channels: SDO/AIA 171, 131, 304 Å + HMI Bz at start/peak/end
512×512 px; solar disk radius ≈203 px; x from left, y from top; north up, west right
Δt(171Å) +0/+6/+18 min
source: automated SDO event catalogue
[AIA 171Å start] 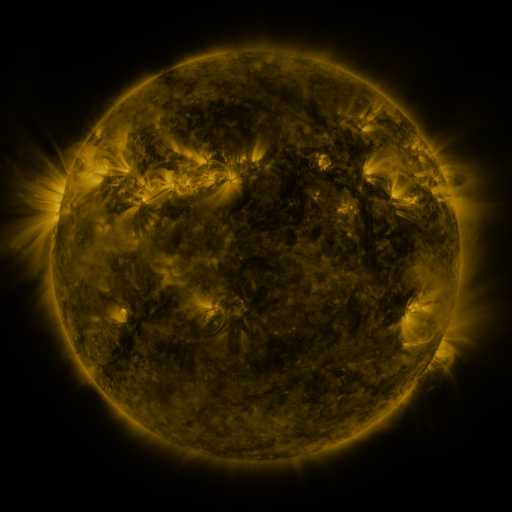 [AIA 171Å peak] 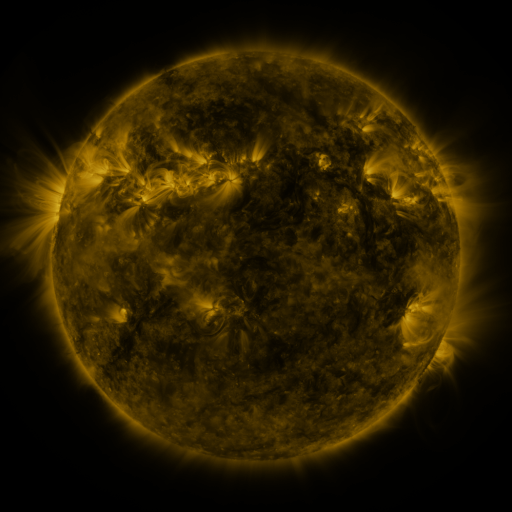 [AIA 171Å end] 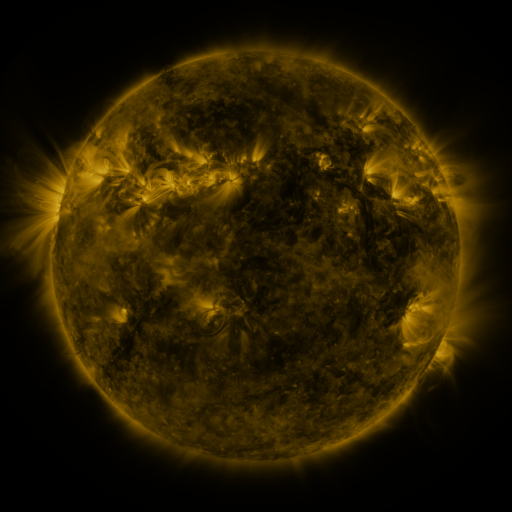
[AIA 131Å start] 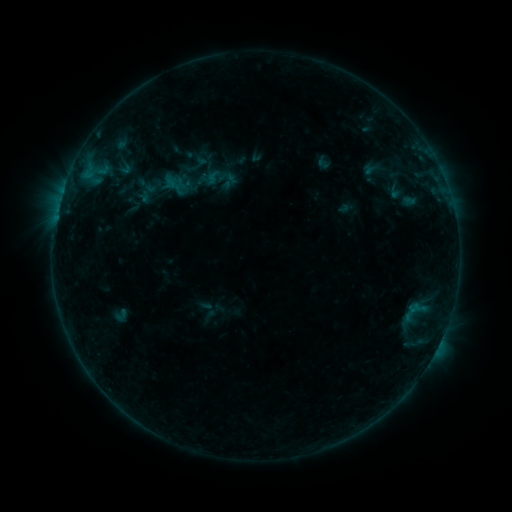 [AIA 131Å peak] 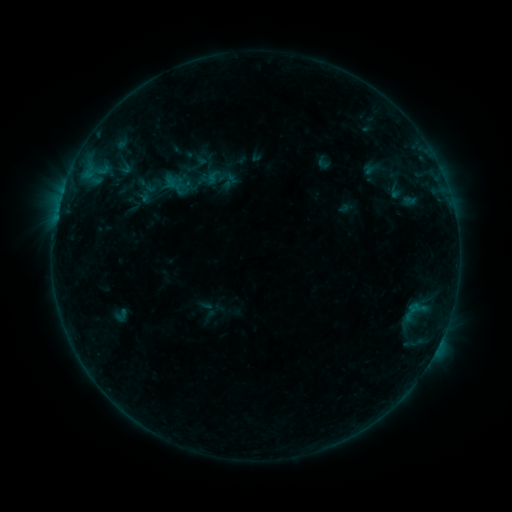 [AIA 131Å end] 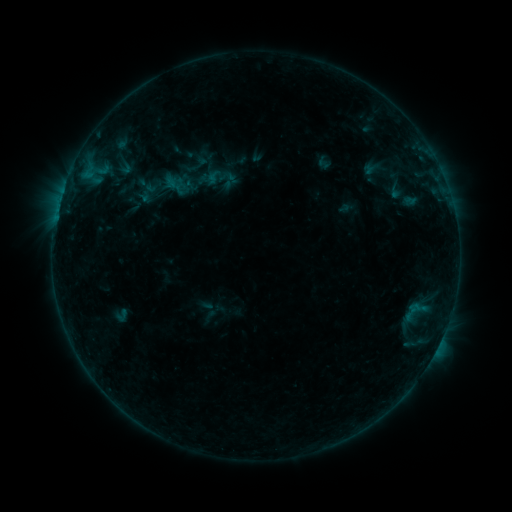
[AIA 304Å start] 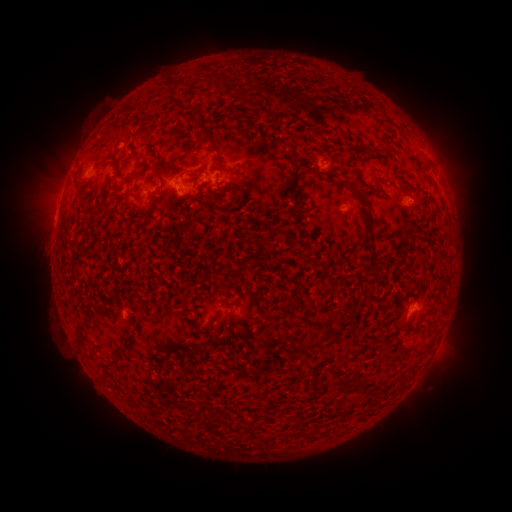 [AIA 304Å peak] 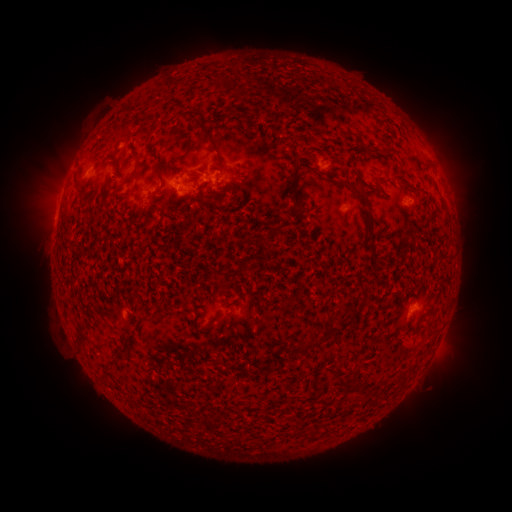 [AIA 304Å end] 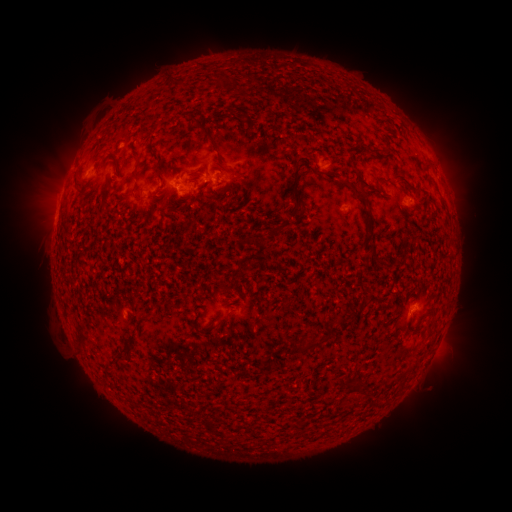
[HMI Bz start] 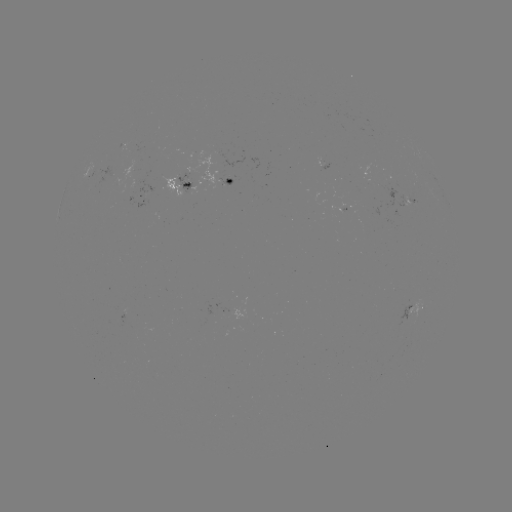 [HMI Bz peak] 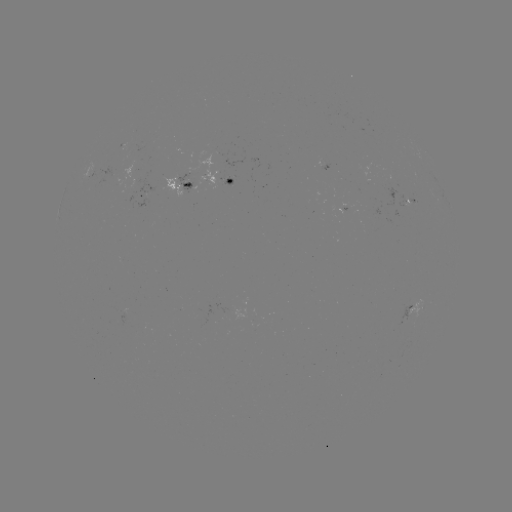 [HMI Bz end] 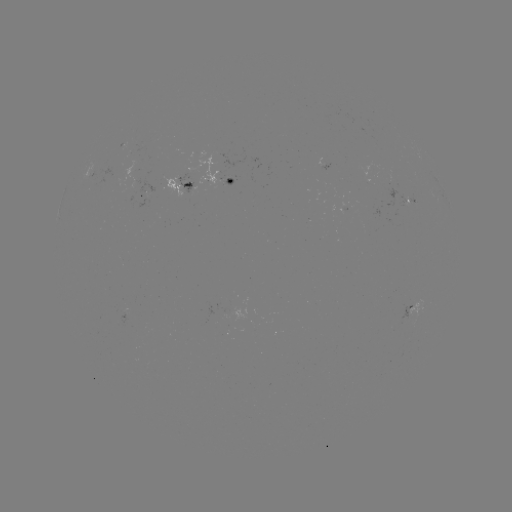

nothing was catalogued: no classed flare, no EUV trigger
